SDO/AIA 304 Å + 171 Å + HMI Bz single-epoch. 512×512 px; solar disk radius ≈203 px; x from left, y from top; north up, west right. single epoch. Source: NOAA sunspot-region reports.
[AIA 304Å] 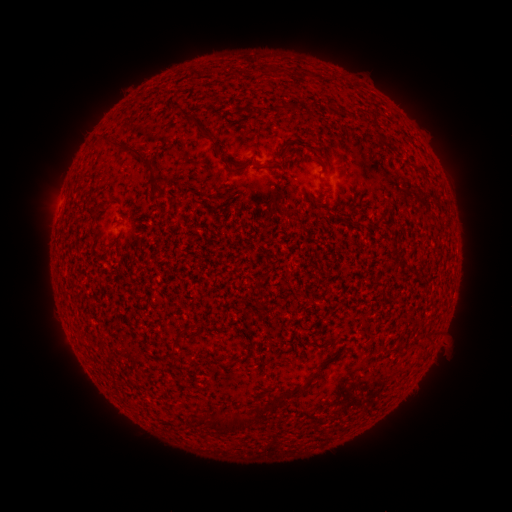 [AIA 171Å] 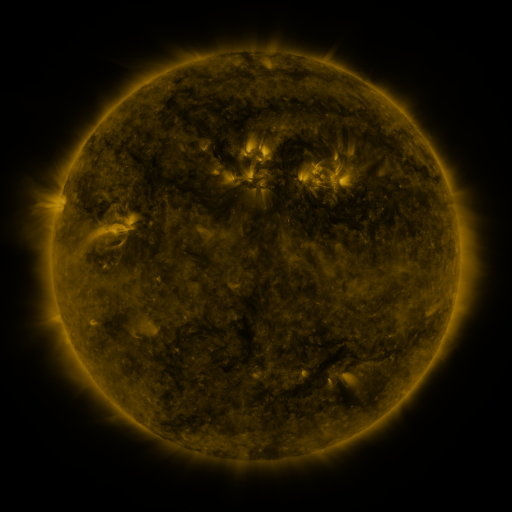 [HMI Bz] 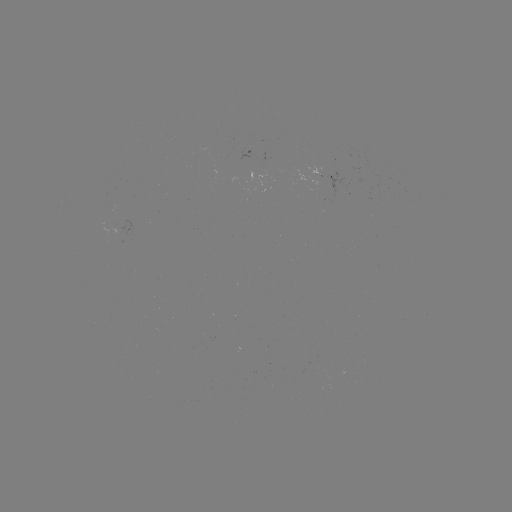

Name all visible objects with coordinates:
(none)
